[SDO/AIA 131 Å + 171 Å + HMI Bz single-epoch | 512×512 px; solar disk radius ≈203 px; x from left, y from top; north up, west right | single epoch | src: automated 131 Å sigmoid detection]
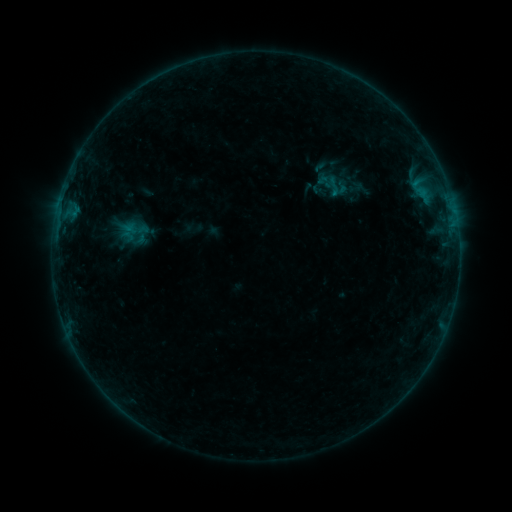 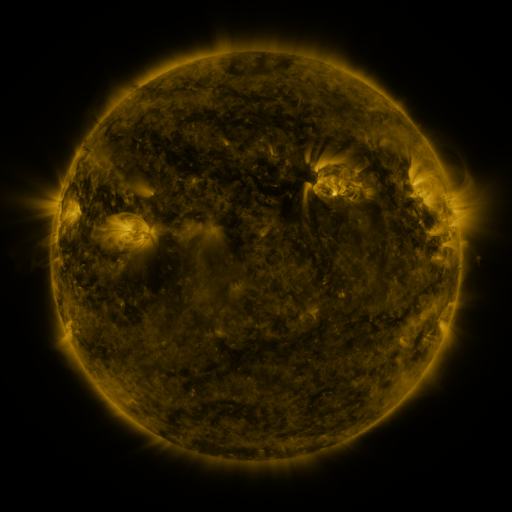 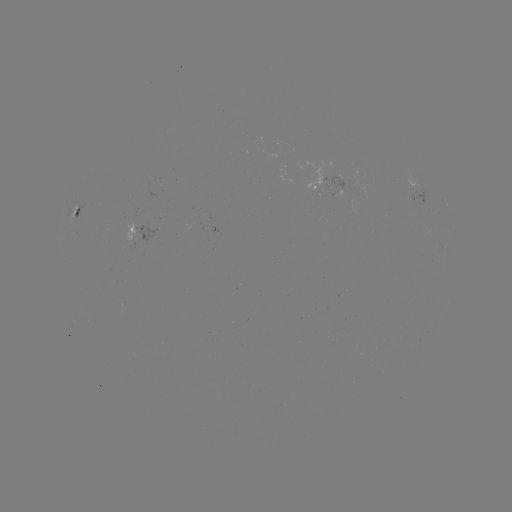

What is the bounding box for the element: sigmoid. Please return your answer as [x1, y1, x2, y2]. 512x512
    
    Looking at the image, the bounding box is [320, 173, 353, 201].